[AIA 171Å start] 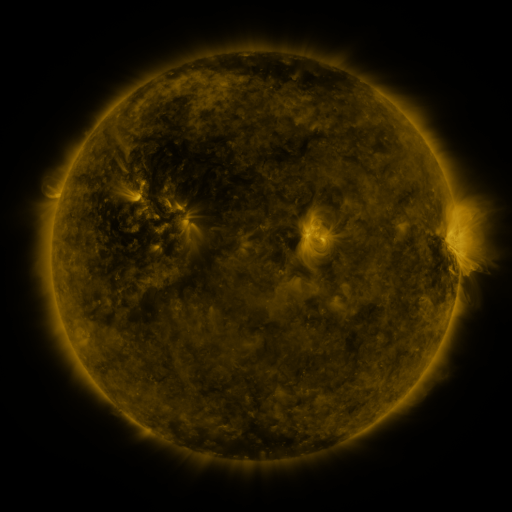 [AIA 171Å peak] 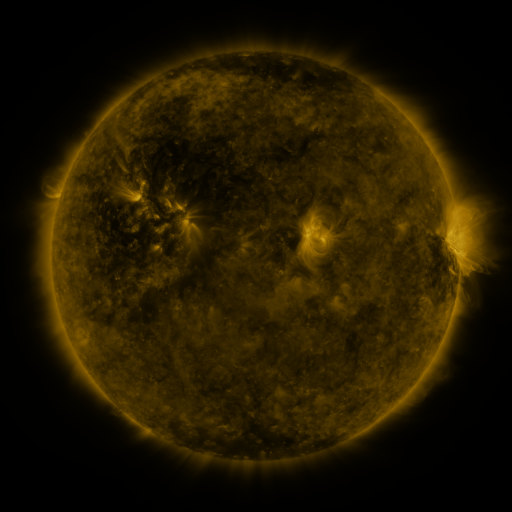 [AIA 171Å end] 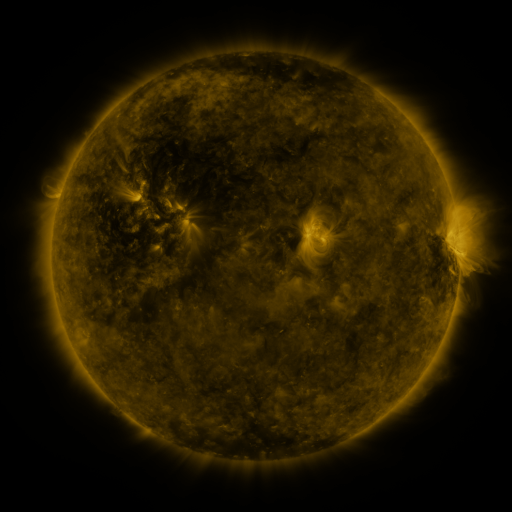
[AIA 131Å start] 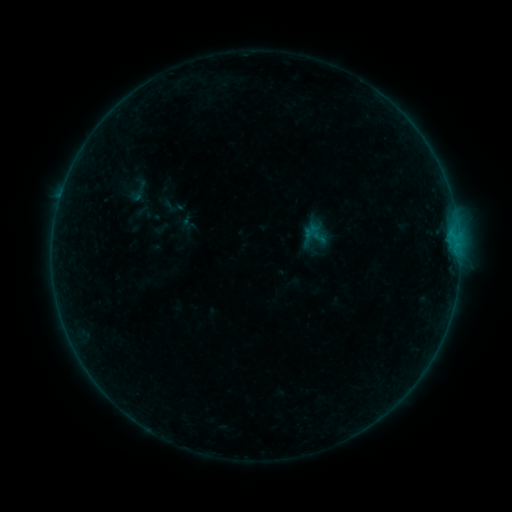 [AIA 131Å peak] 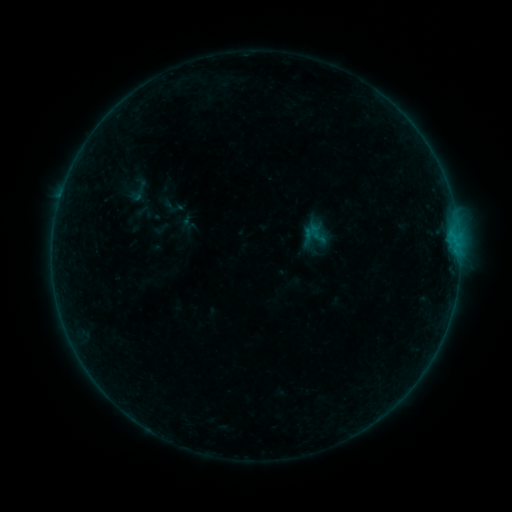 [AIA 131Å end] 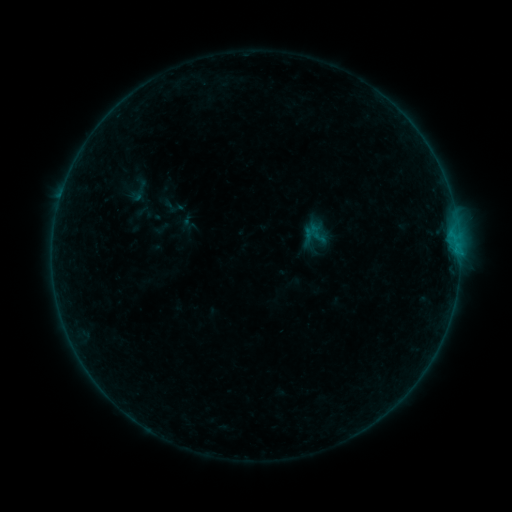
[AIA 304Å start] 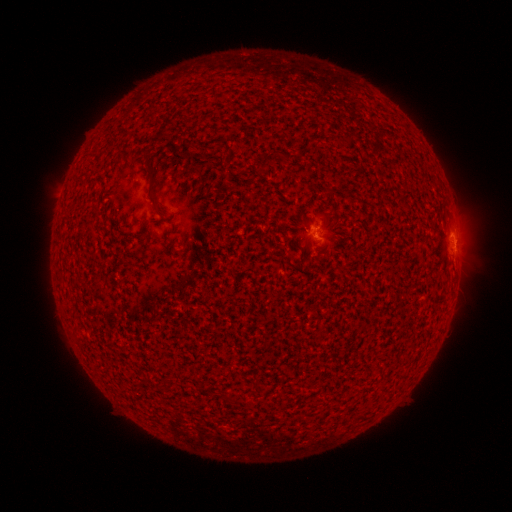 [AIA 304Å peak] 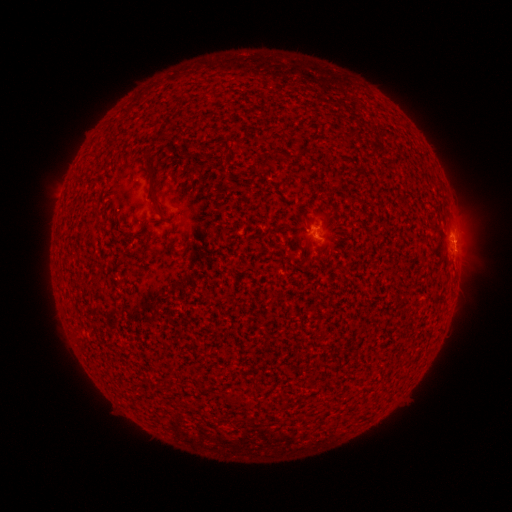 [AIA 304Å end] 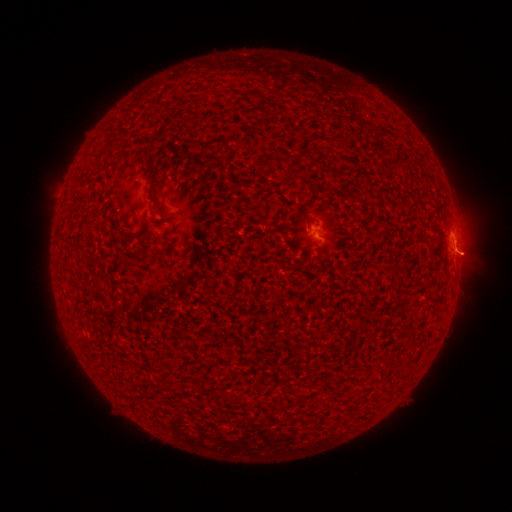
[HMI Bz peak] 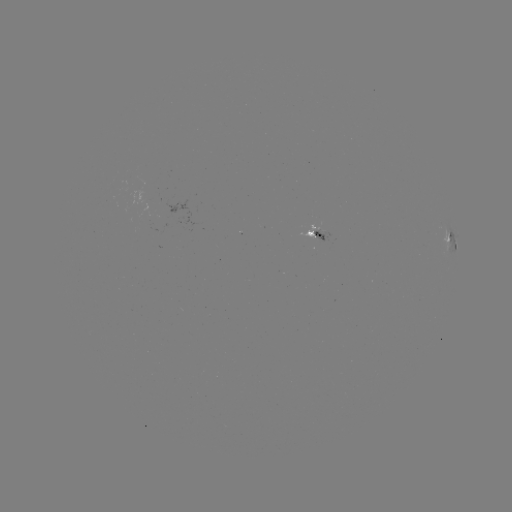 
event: flare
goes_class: B2.4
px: (456, 253)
